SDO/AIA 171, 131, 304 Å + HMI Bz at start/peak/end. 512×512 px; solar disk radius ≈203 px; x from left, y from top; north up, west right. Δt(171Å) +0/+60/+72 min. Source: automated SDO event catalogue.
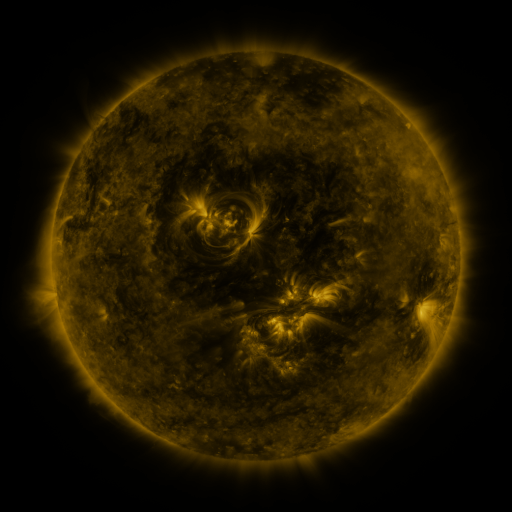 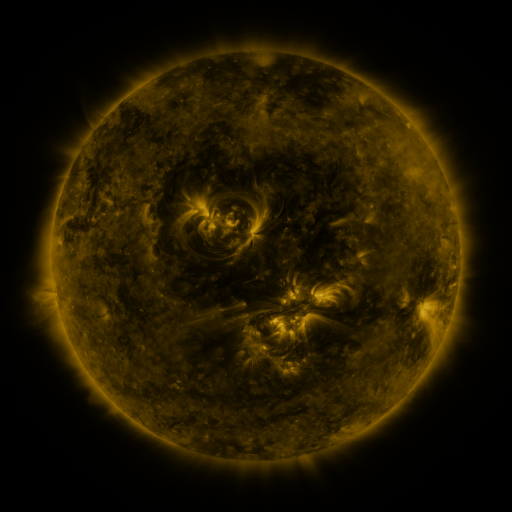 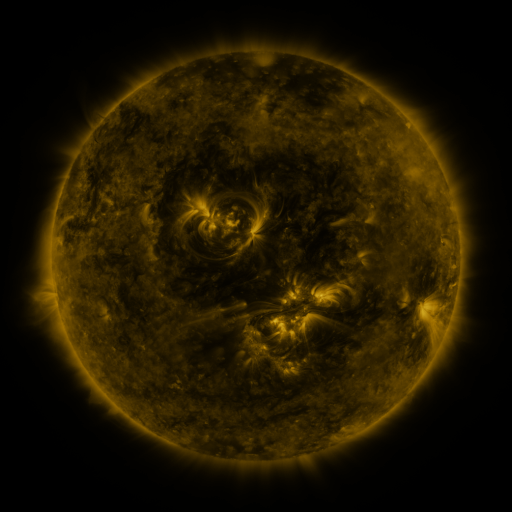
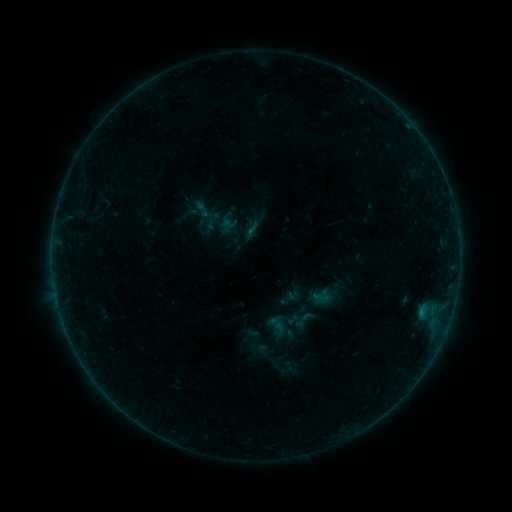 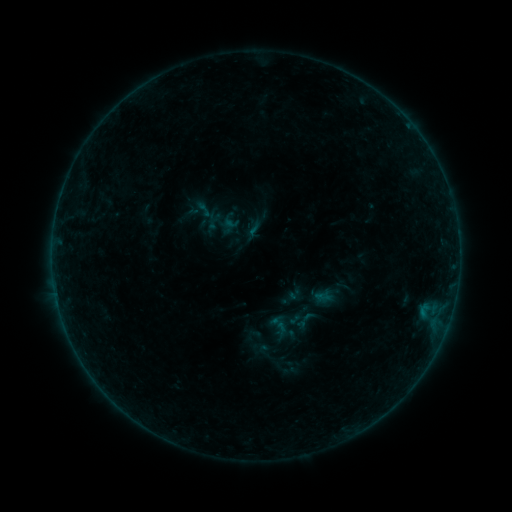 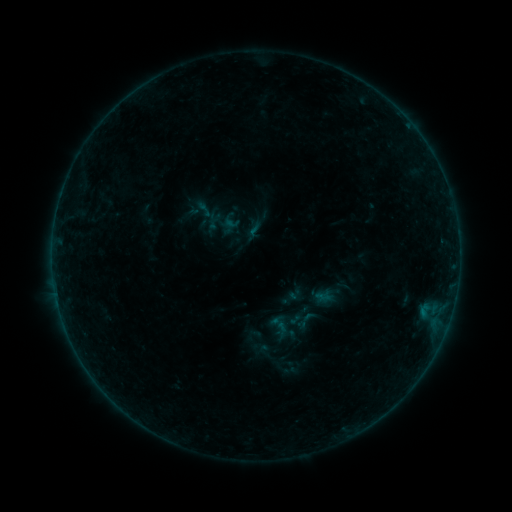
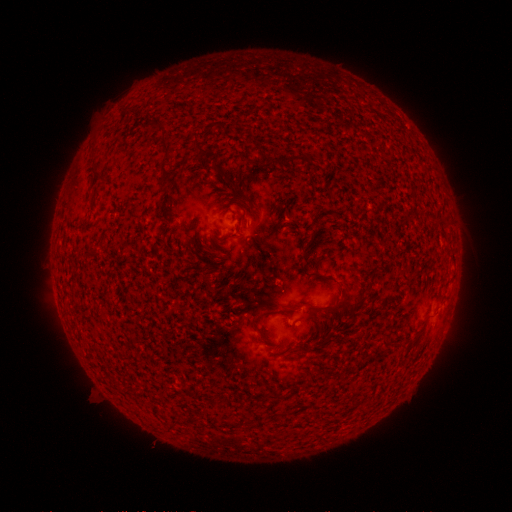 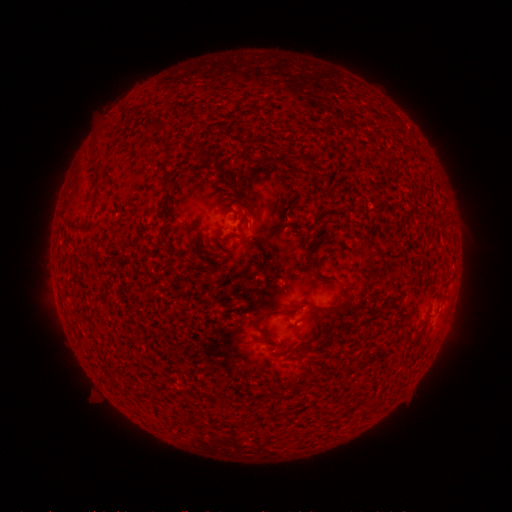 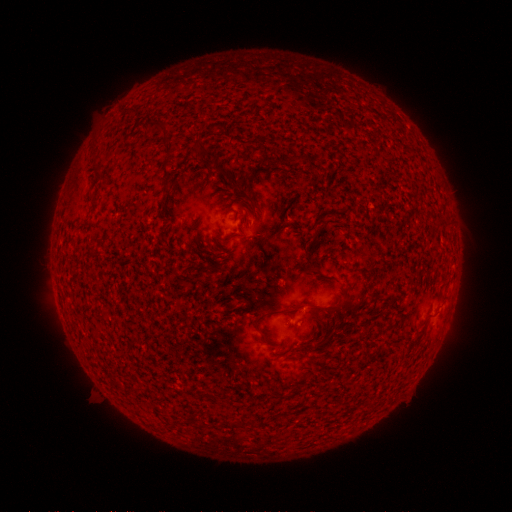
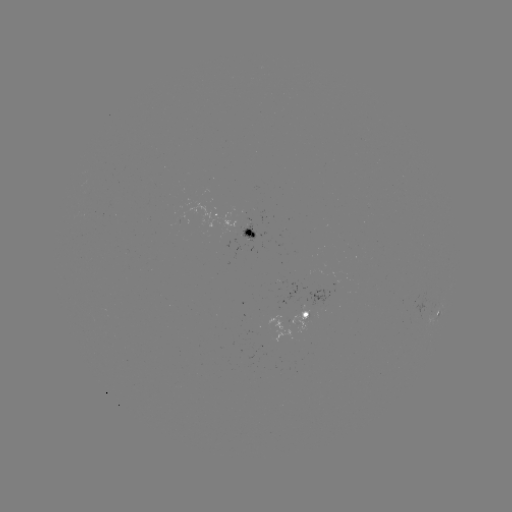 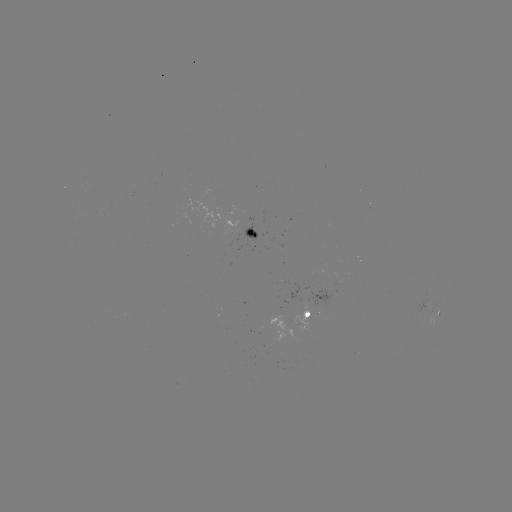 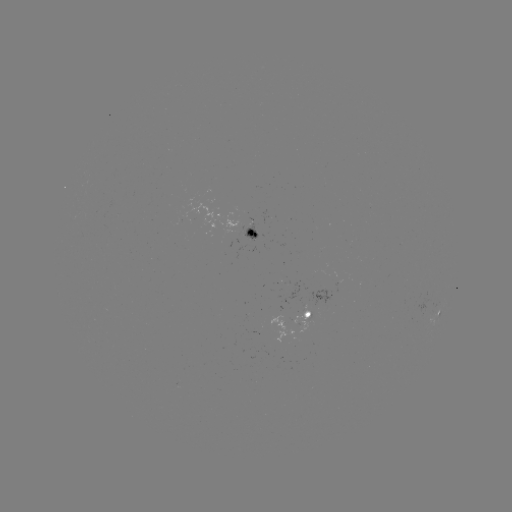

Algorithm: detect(emerging-flux region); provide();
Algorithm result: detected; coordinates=282,317